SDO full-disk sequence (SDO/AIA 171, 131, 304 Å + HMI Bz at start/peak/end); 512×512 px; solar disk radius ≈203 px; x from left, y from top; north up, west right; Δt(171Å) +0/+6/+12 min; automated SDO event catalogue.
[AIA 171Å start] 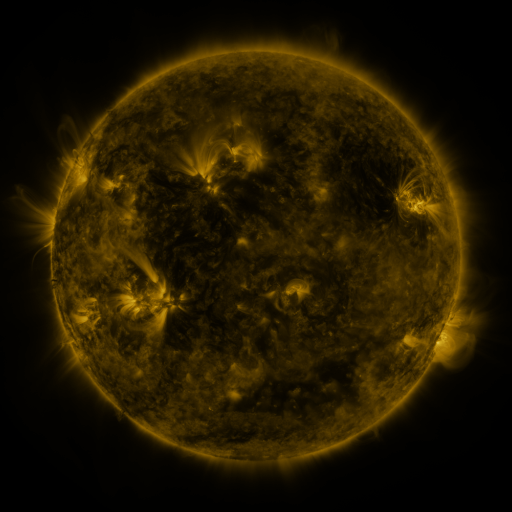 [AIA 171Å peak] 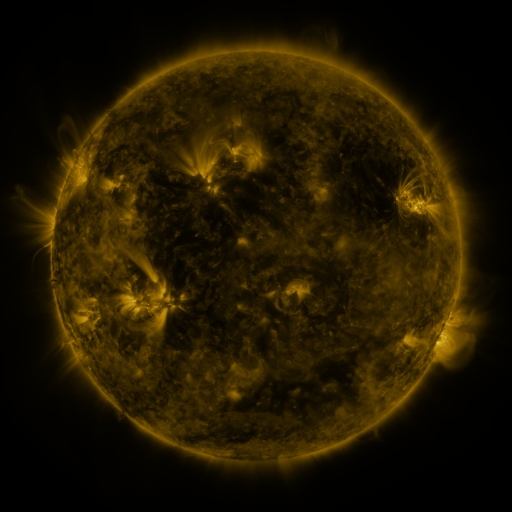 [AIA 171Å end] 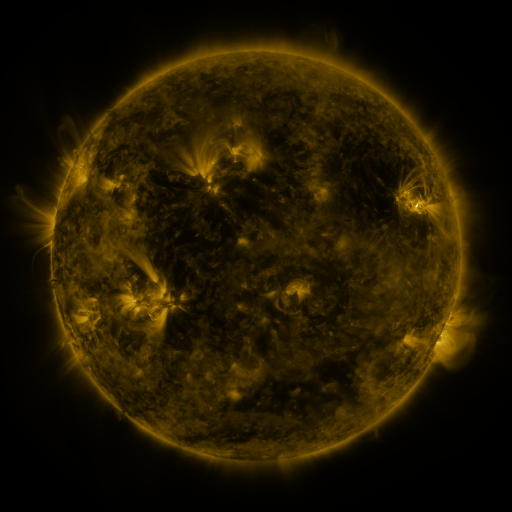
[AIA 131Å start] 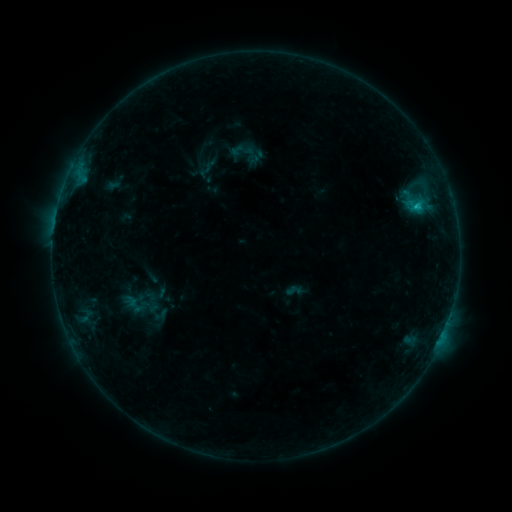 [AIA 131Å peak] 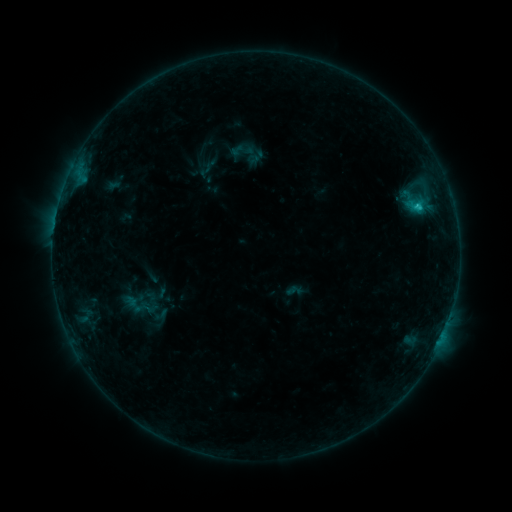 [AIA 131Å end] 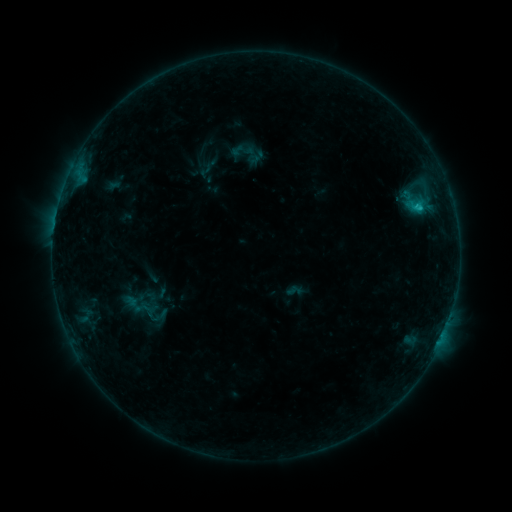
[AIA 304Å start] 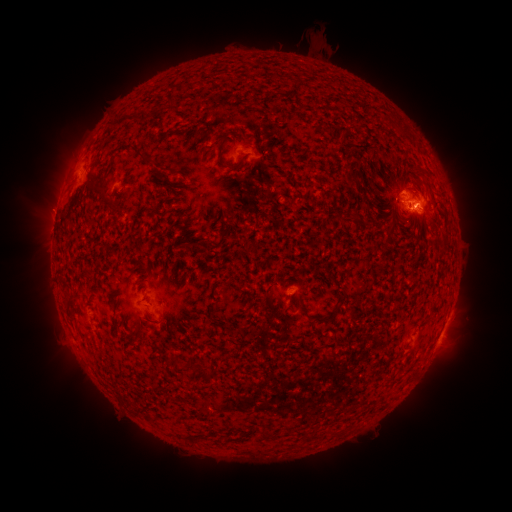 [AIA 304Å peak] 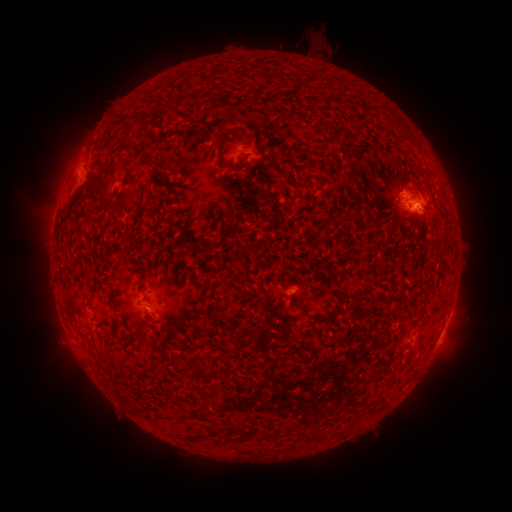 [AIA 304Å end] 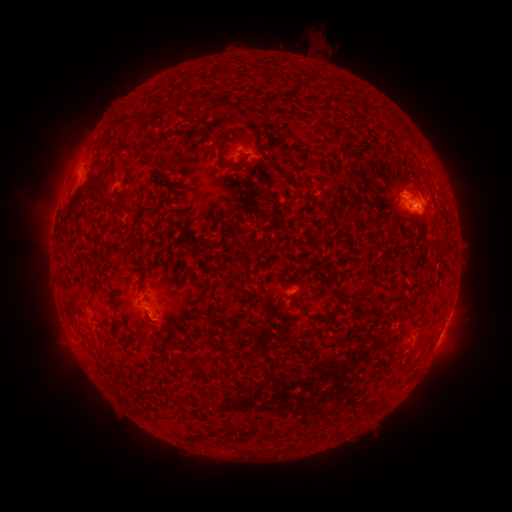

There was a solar eruption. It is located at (149, 320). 